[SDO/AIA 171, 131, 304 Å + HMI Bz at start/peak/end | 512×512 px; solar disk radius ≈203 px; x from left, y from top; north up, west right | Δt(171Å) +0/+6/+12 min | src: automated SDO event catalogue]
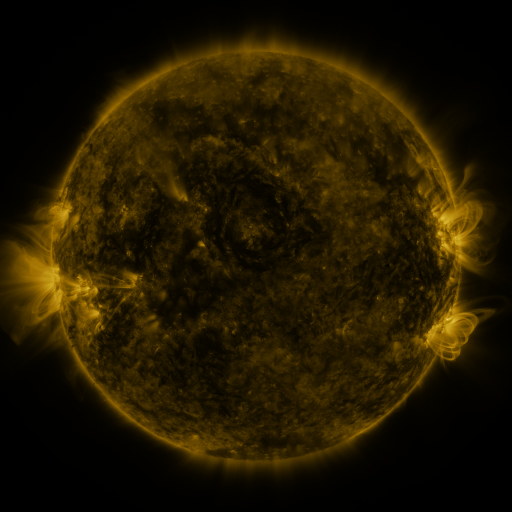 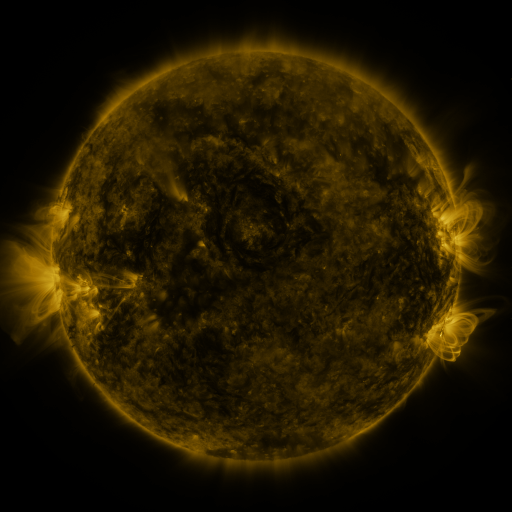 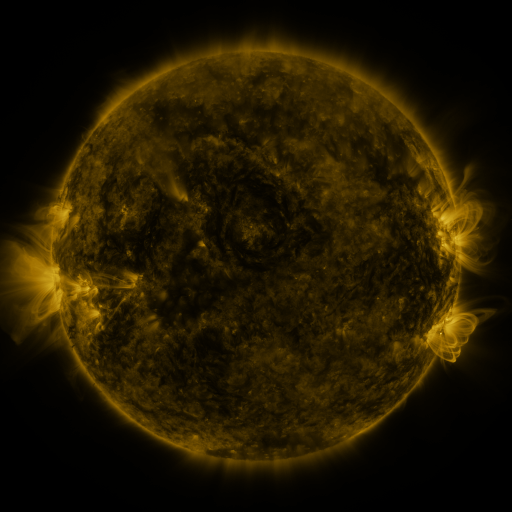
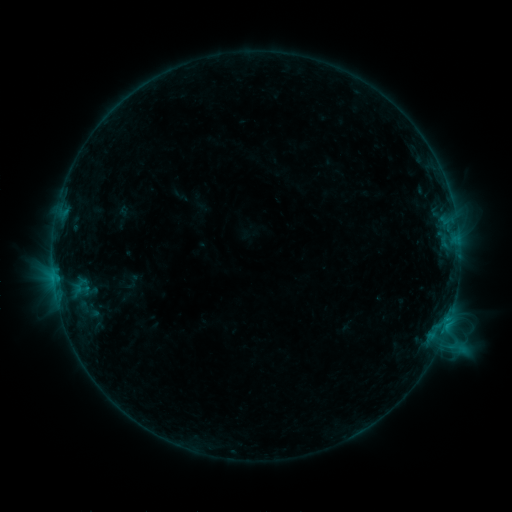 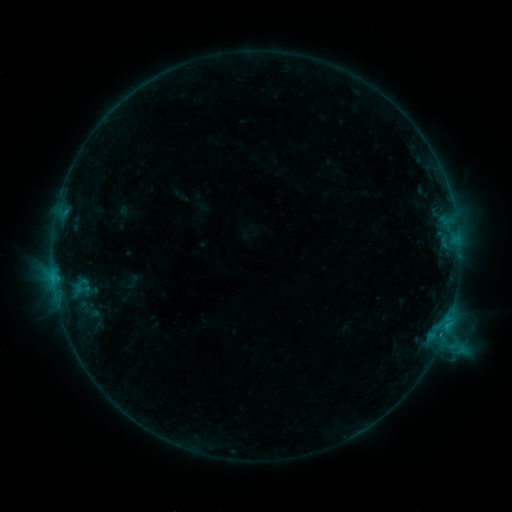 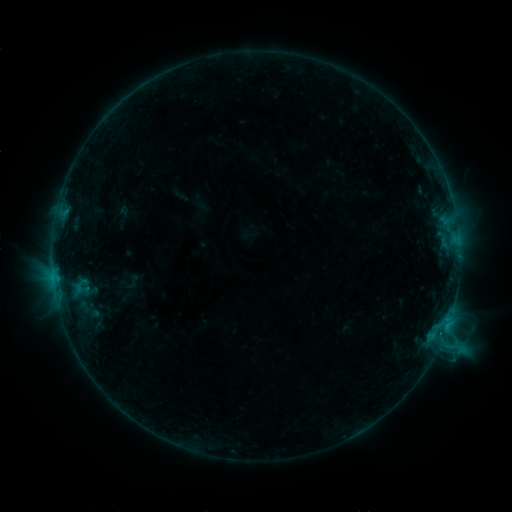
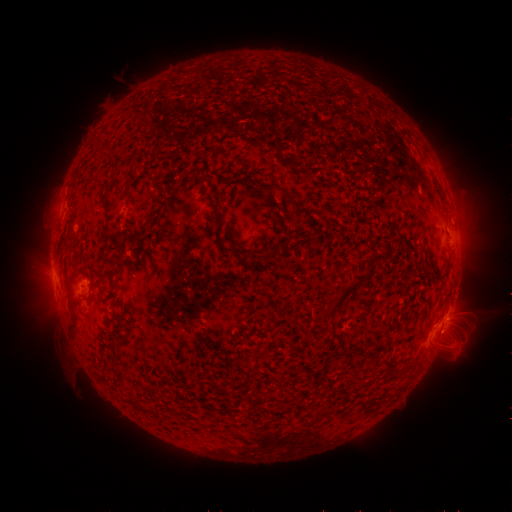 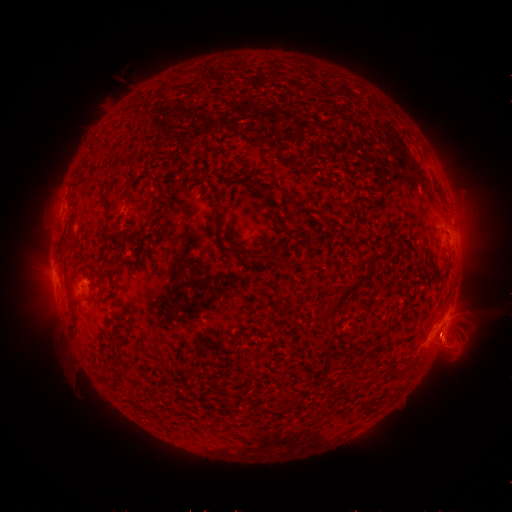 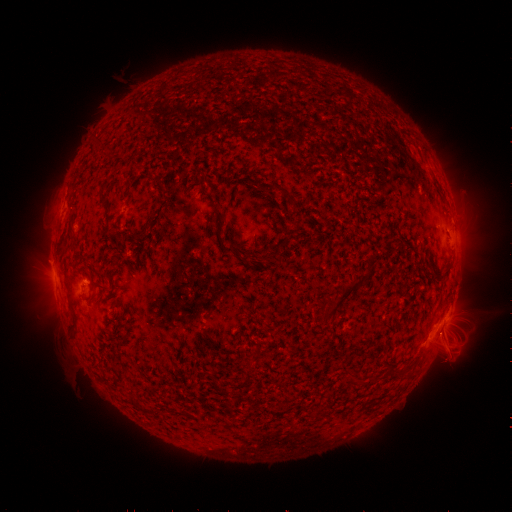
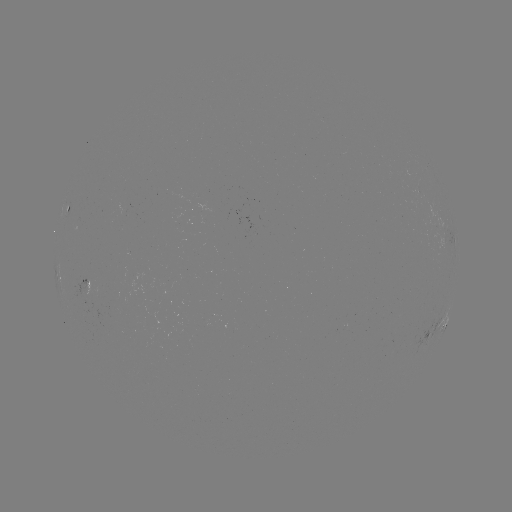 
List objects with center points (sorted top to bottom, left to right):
eruption: (448, 344)
